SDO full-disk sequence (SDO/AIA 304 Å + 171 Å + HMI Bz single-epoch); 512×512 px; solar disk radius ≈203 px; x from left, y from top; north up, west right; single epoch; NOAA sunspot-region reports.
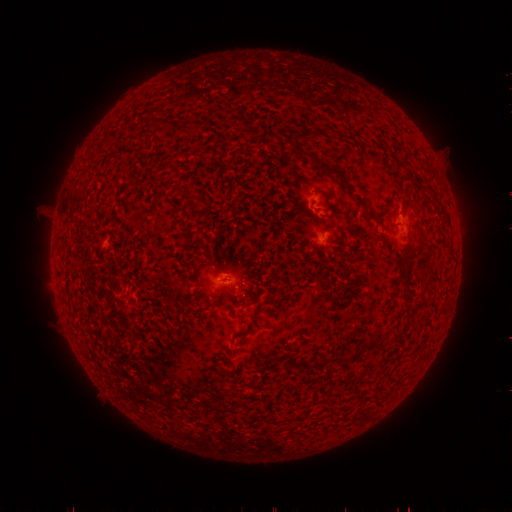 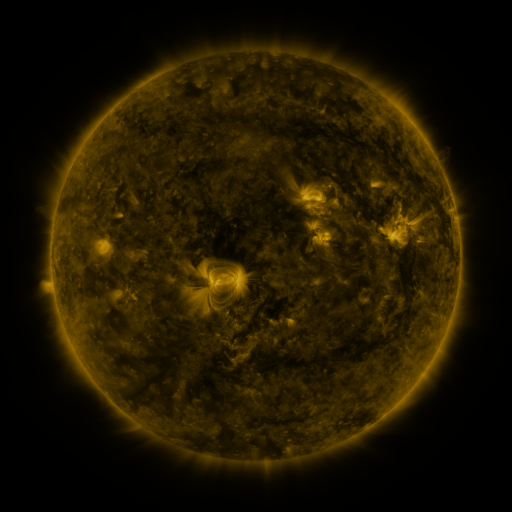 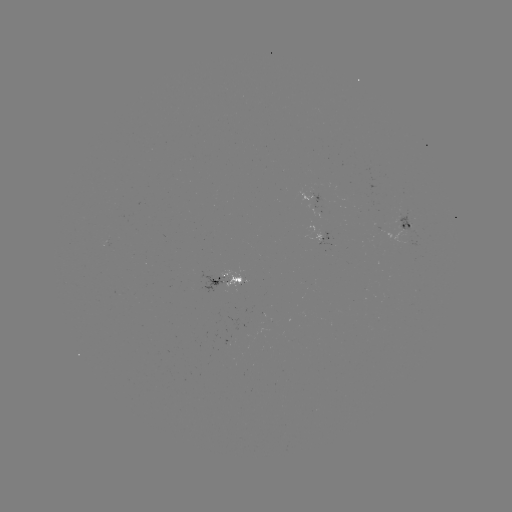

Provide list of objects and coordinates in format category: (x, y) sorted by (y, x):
spotted active region: (316, 198)
spotted active region: (407, 225)
spotted active region: (328, 236)
spotted active region: (227, 282)
